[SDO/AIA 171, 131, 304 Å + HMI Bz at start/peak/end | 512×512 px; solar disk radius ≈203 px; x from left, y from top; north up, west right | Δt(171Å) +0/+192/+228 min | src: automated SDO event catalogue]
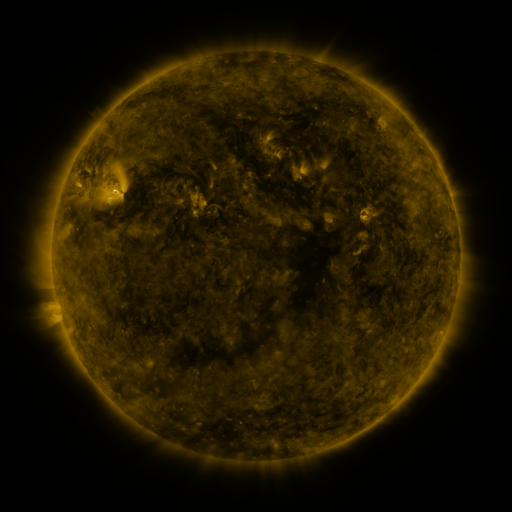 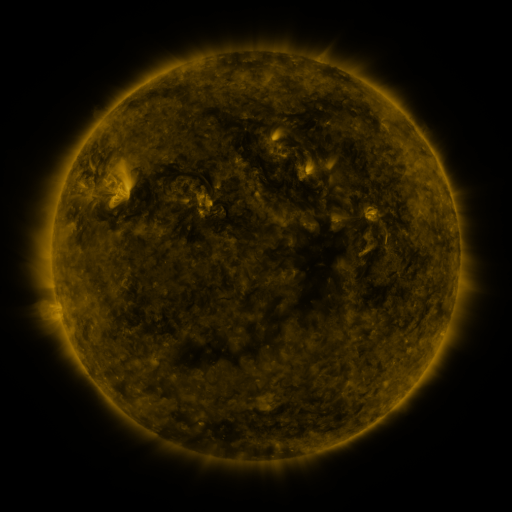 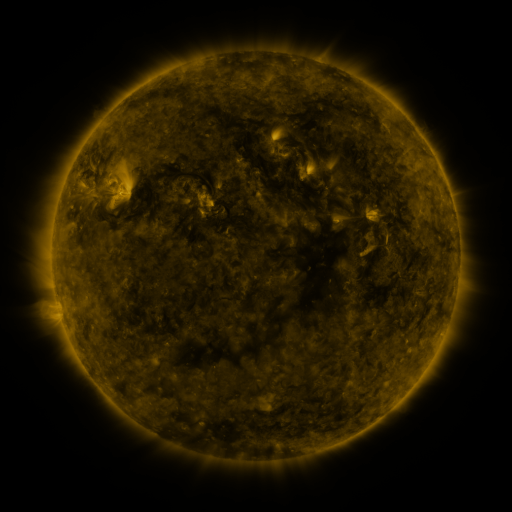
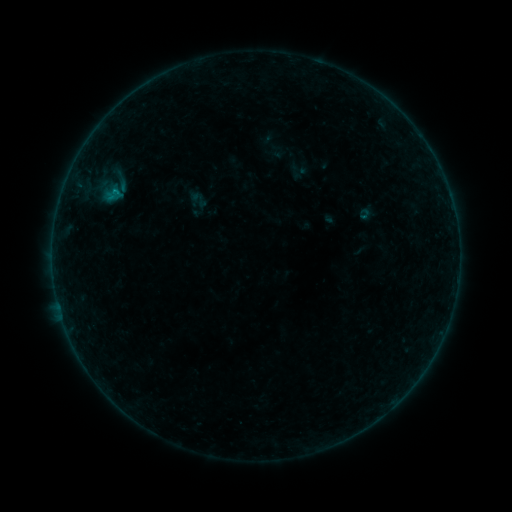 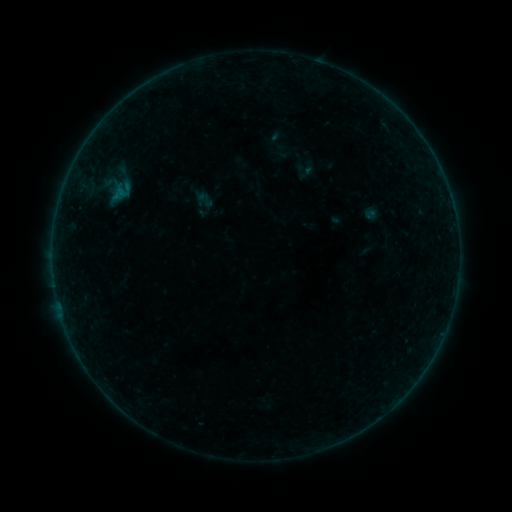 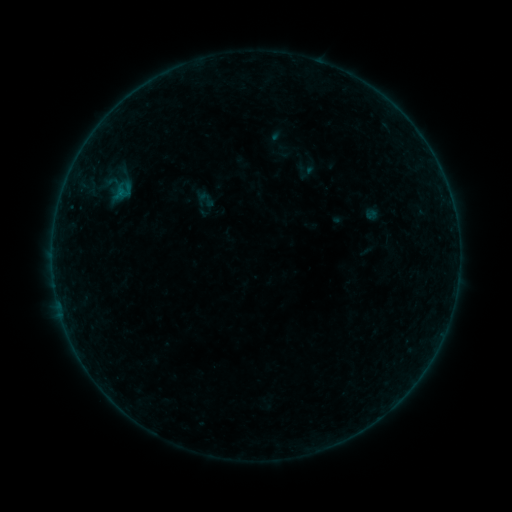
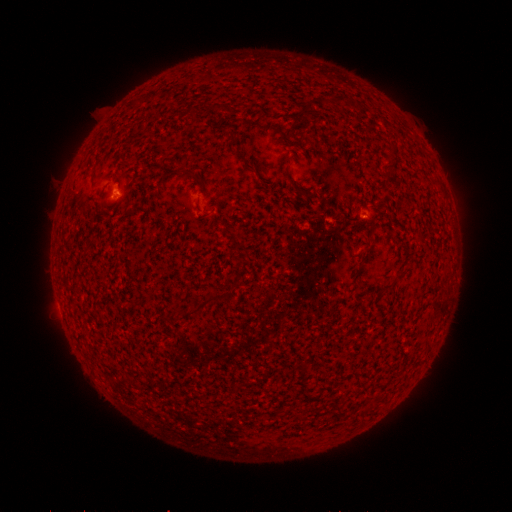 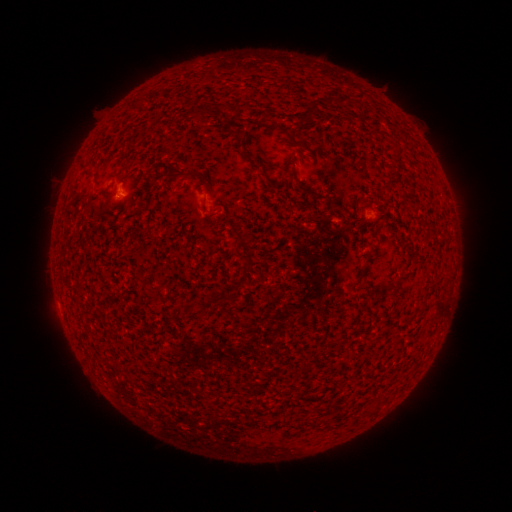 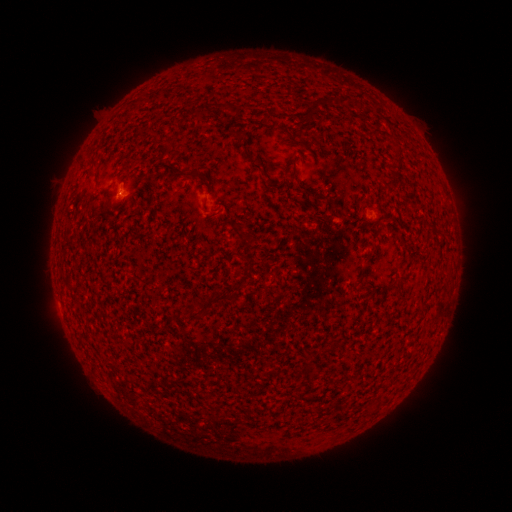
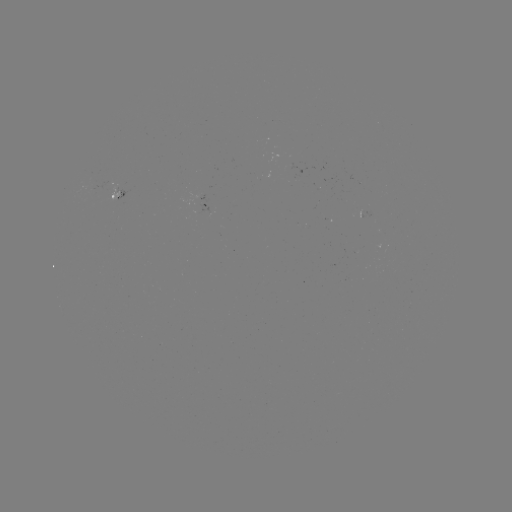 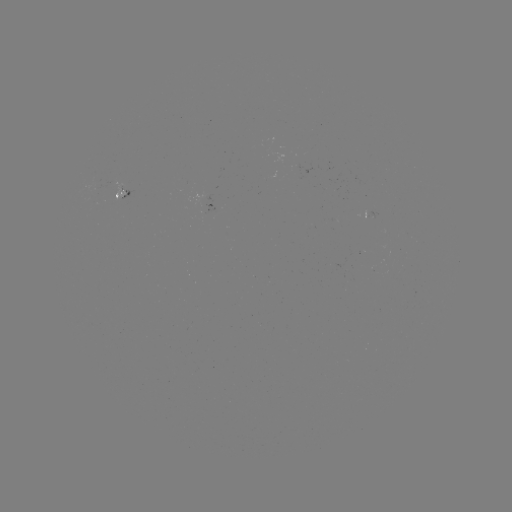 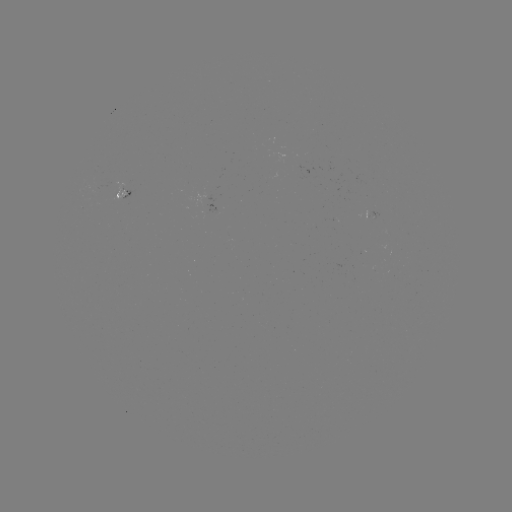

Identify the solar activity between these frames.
emerging-flux region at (116, 194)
